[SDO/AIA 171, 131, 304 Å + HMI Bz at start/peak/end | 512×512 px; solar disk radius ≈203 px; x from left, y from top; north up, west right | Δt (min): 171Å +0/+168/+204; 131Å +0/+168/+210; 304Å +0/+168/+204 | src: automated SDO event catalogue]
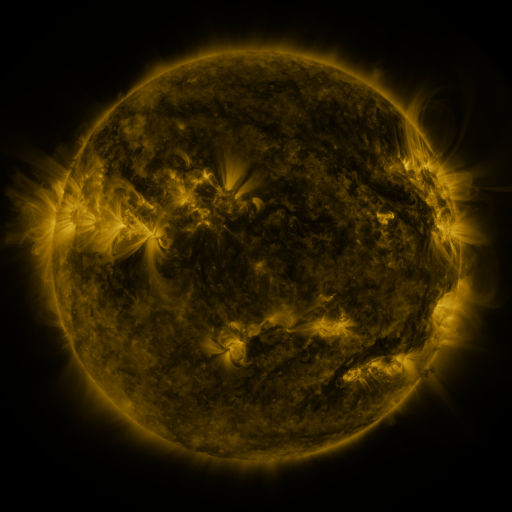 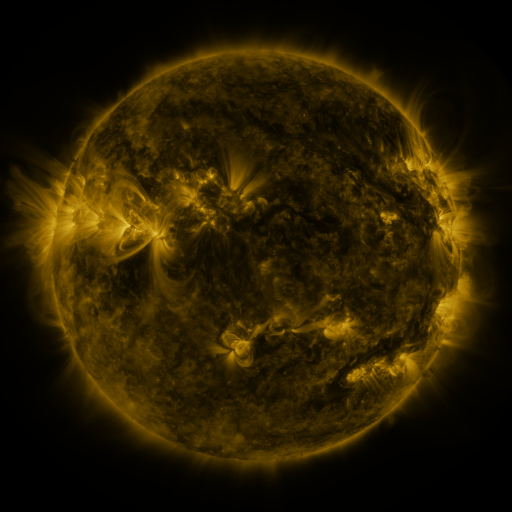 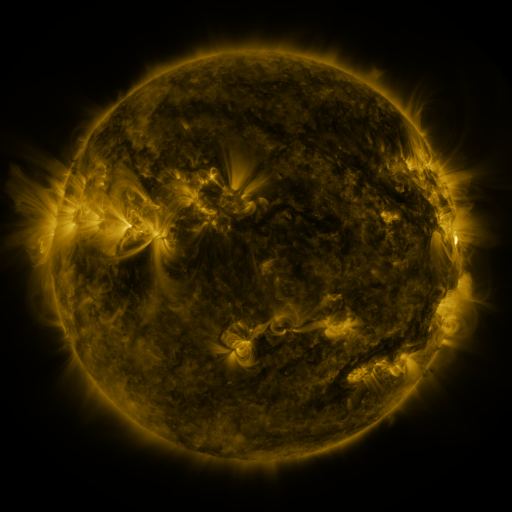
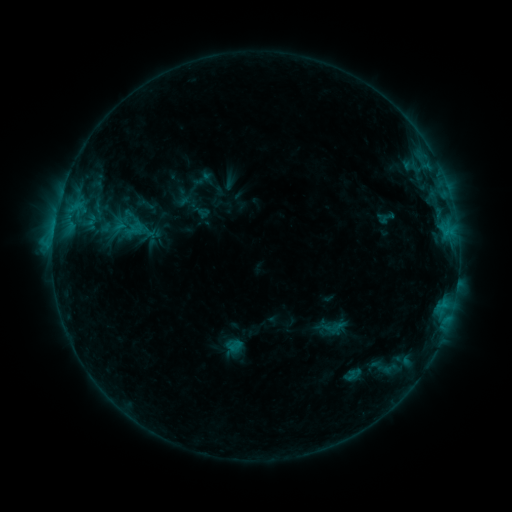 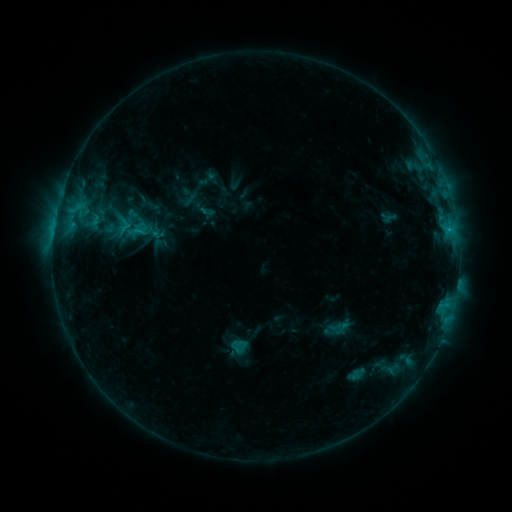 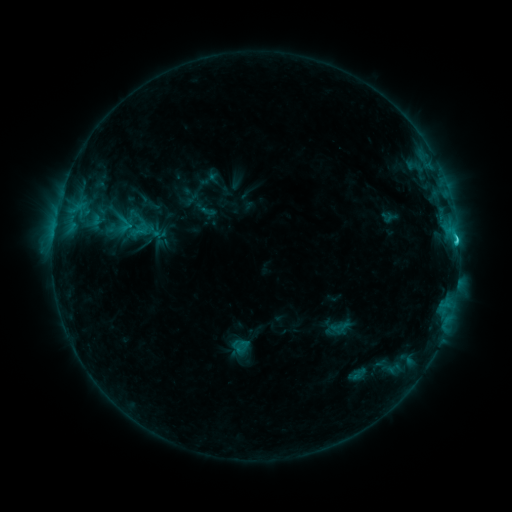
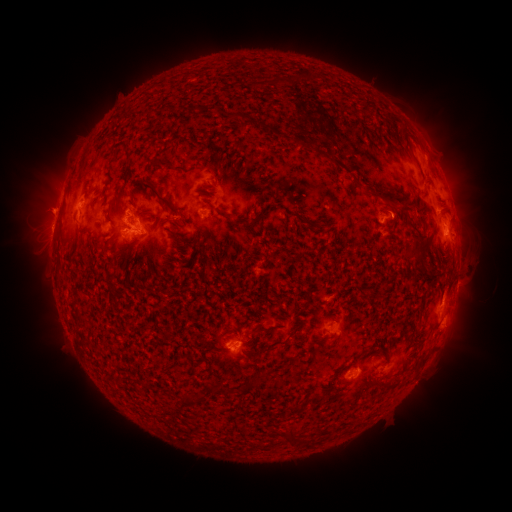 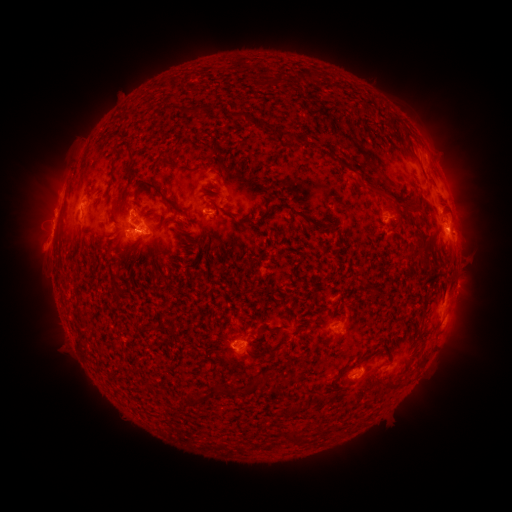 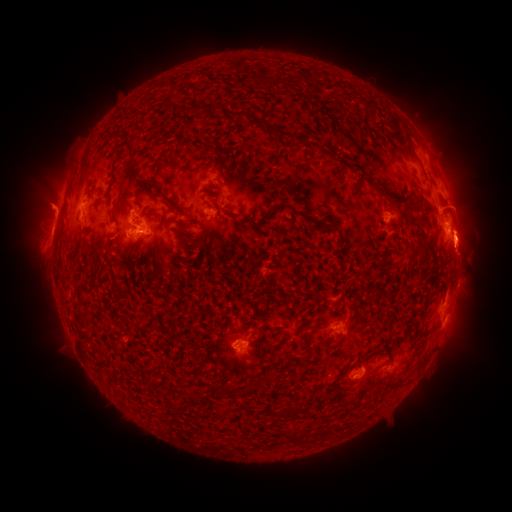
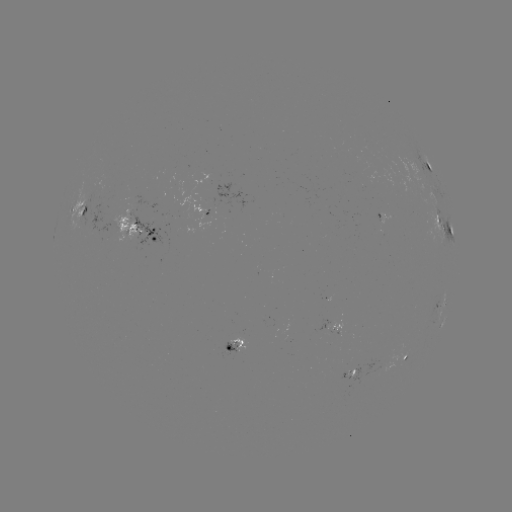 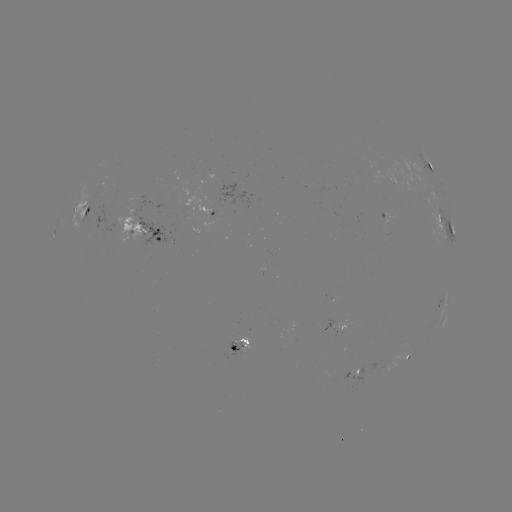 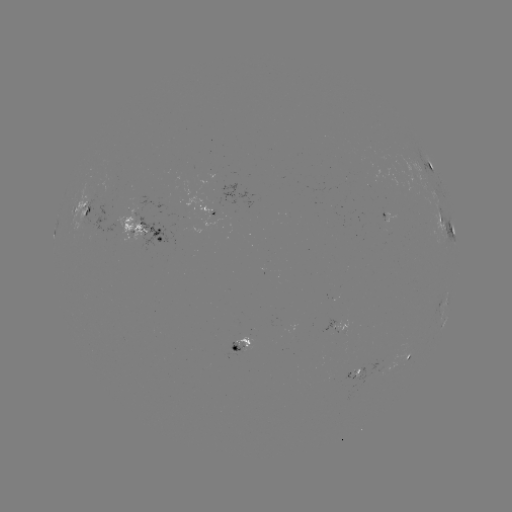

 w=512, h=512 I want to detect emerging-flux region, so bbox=[234, 335, 252, 352].